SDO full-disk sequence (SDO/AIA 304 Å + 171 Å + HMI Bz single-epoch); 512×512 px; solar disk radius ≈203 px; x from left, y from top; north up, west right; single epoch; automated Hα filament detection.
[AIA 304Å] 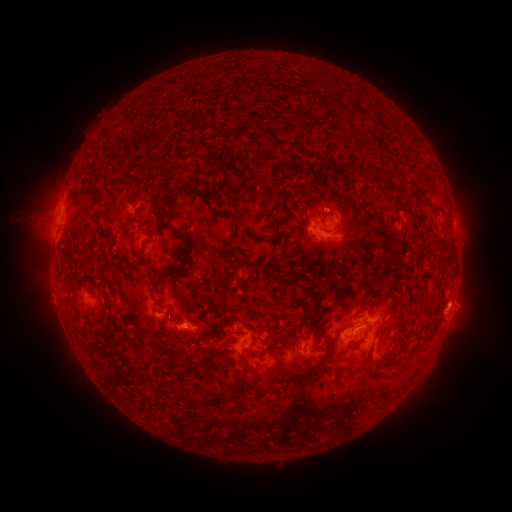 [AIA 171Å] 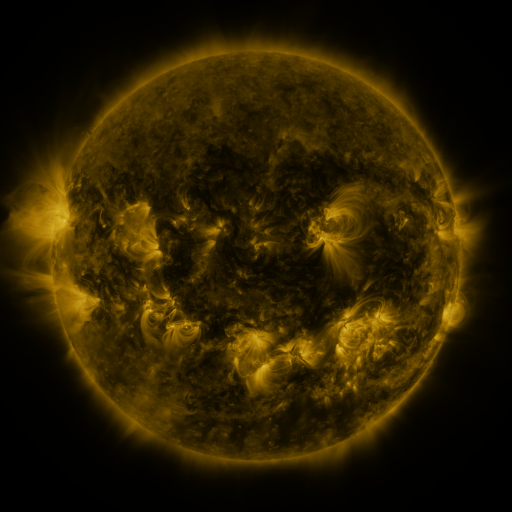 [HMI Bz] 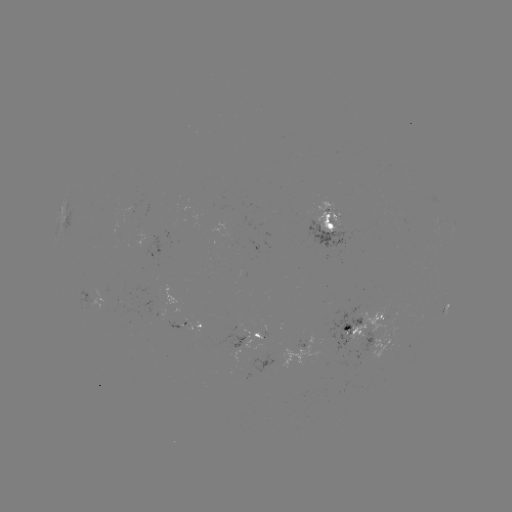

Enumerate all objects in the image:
filament: (149, 162)
filament: (208, 162)
filament: (353, 168)
filament: (375, 170)
filament: (122, 183)
filament: (308, 197)
filament: (216, 198)
filament: (201, 199)
filament: (96, 200)
filament: (385, 226)
filament: (188, 248)
filament: (144, 260)
filament: (311, 260)
filament: (121, 265)
filament: (134, 267)
filament: (283, 277)
filament: (104, 317)
filament: (212, 326)
filament: (366, 333)
filament: (186, 346)
filament: (263, 353)
filament: (220, 354)
filament: (250, 354)
filament: (239, 372)
filament: (272, 372)
filament: (310, 379)
filament: (239, 387)
filament: (204, 400)
